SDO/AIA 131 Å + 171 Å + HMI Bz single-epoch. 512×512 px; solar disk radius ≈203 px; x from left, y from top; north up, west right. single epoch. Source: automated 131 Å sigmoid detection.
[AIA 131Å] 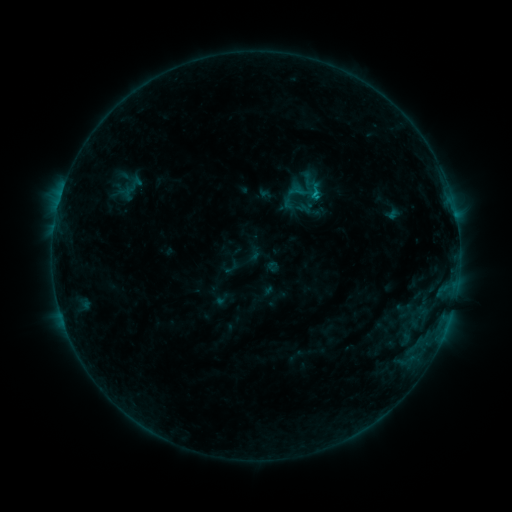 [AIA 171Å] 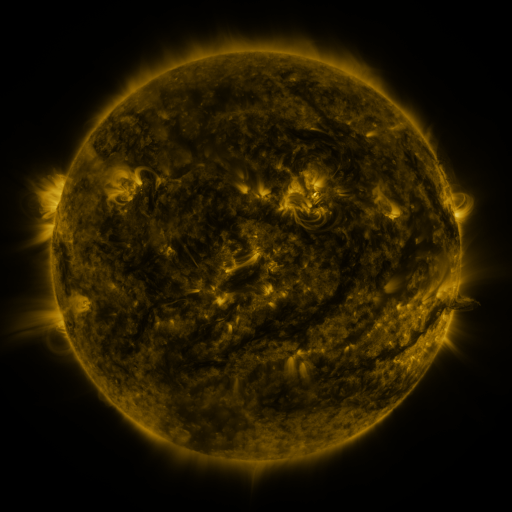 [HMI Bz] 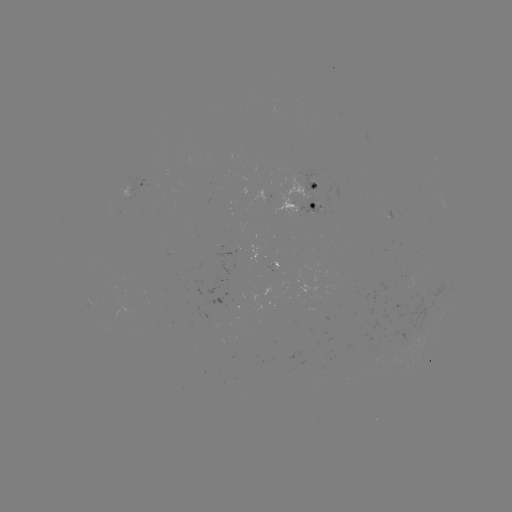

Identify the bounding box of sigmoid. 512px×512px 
[302, 179, 327, 203].